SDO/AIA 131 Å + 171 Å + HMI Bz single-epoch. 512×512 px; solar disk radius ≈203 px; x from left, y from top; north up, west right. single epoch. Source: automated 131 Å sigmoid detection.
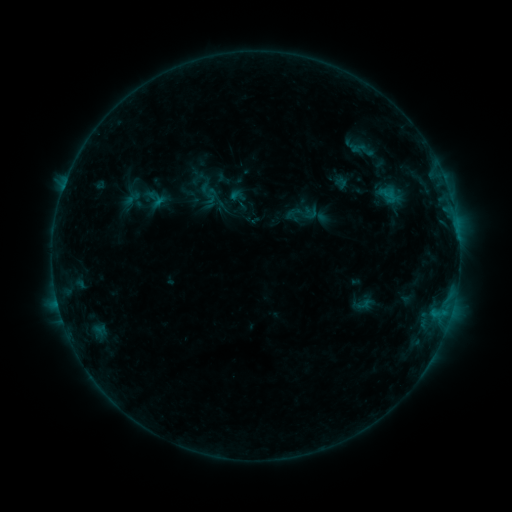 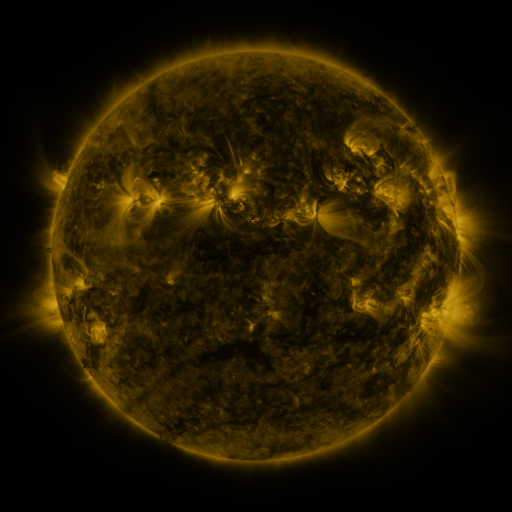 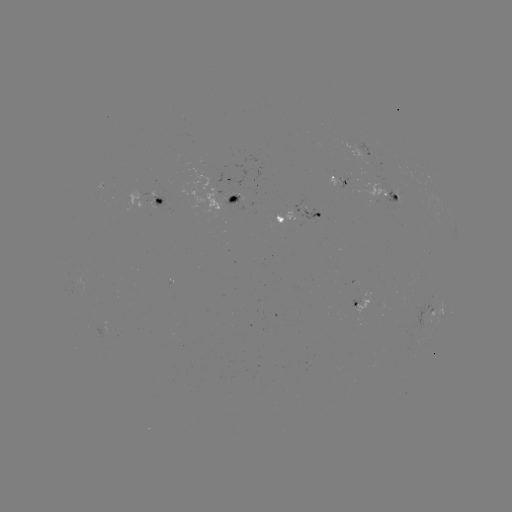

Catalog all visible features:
sigmoid: (203, 182, 252, 231)
